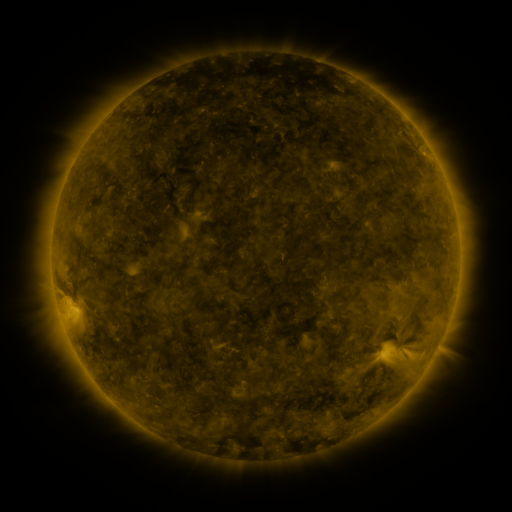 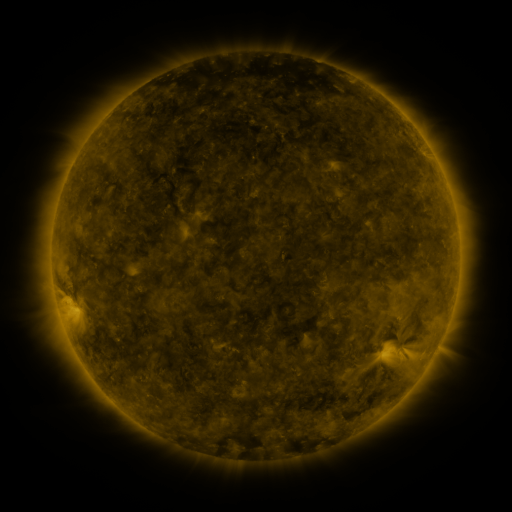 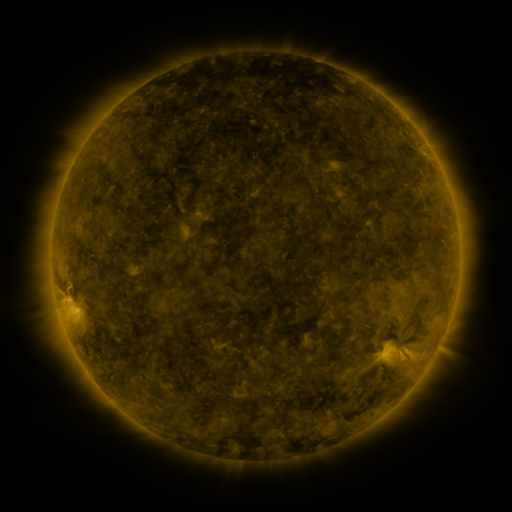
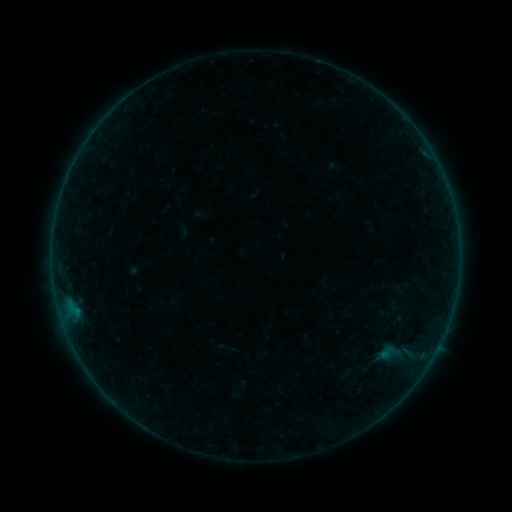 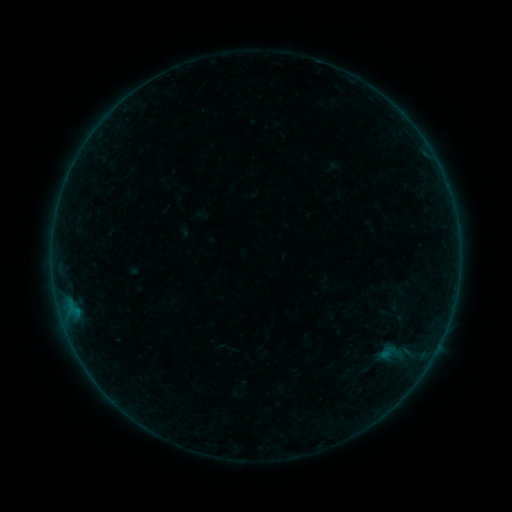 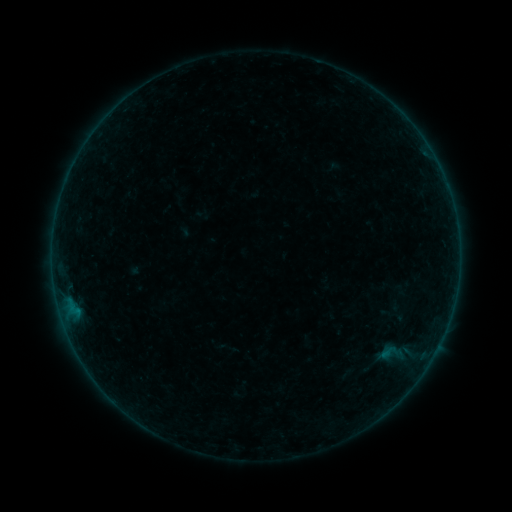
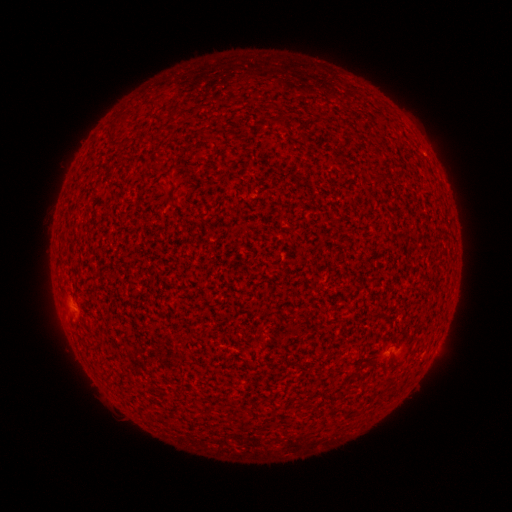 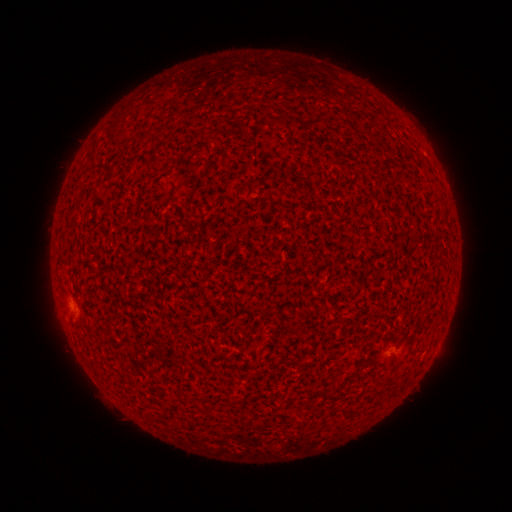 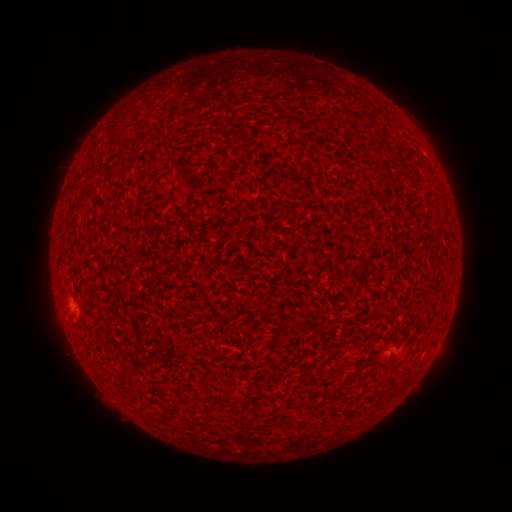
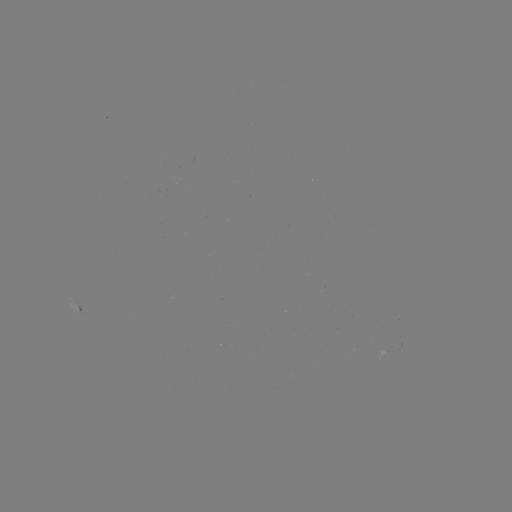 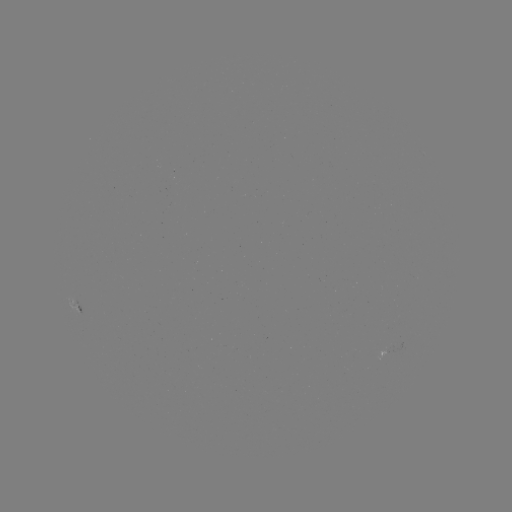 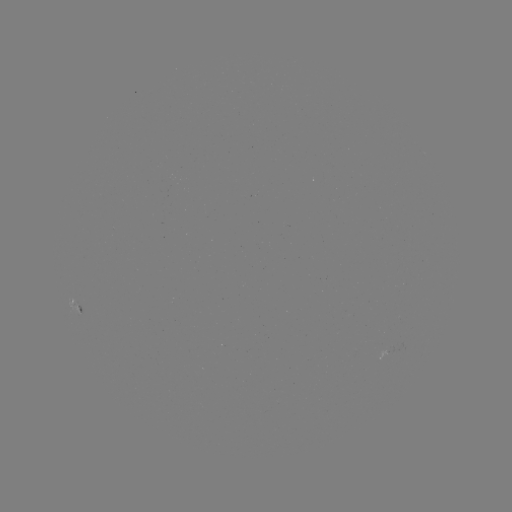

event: flare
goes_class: A8.3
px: (70, 308)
